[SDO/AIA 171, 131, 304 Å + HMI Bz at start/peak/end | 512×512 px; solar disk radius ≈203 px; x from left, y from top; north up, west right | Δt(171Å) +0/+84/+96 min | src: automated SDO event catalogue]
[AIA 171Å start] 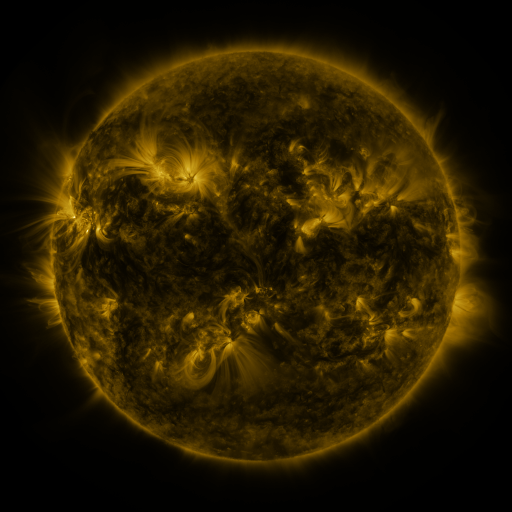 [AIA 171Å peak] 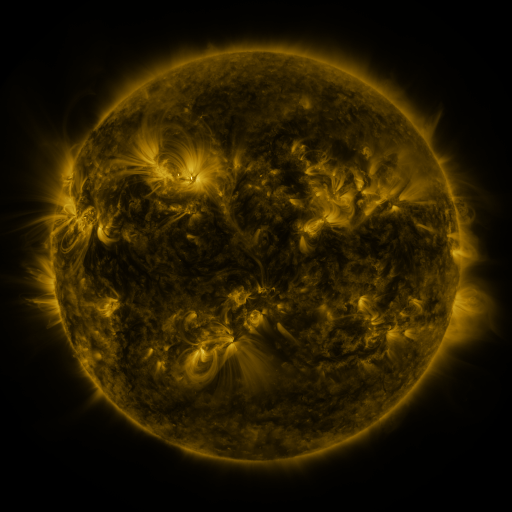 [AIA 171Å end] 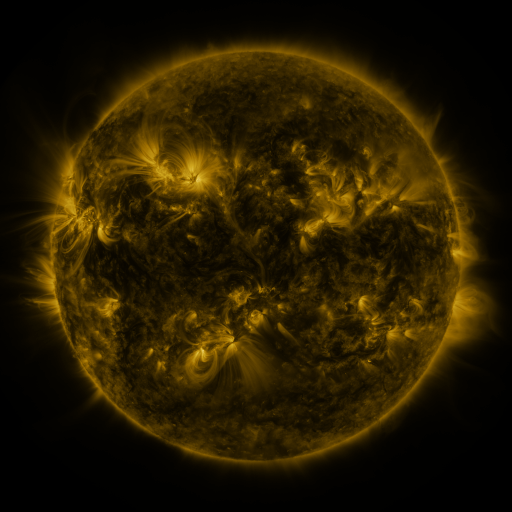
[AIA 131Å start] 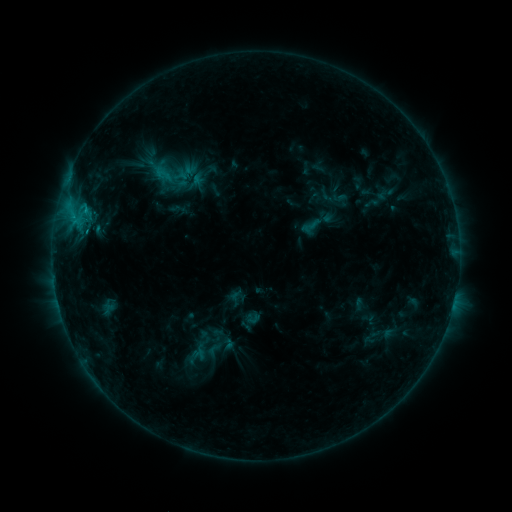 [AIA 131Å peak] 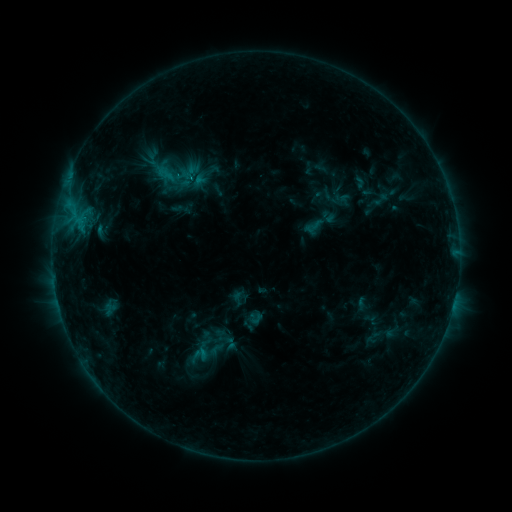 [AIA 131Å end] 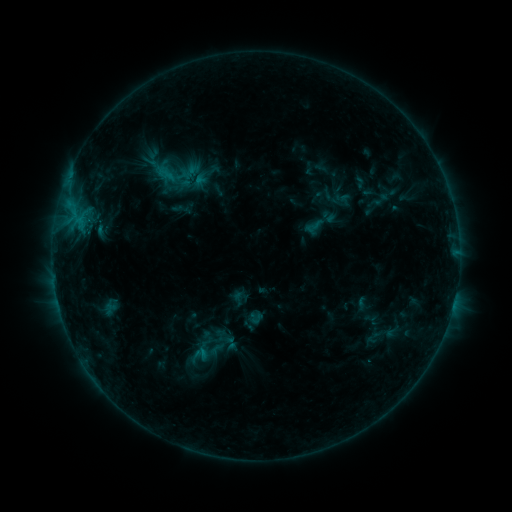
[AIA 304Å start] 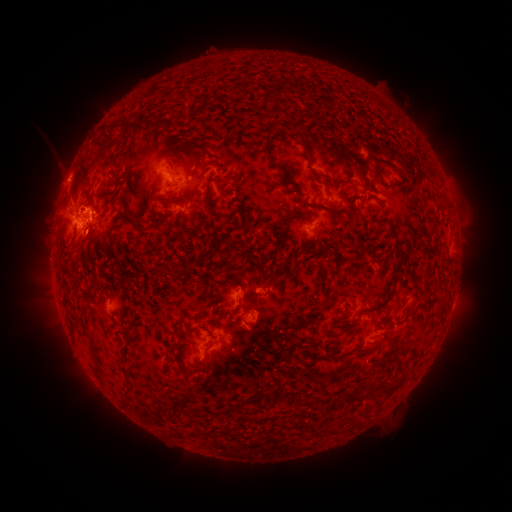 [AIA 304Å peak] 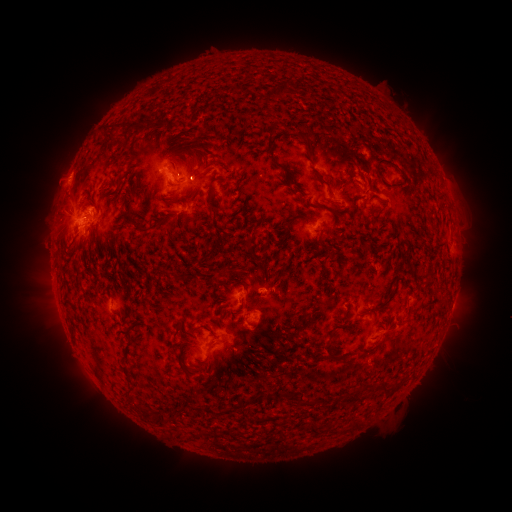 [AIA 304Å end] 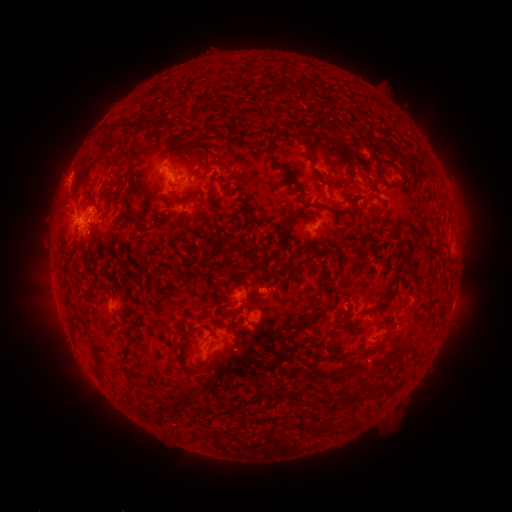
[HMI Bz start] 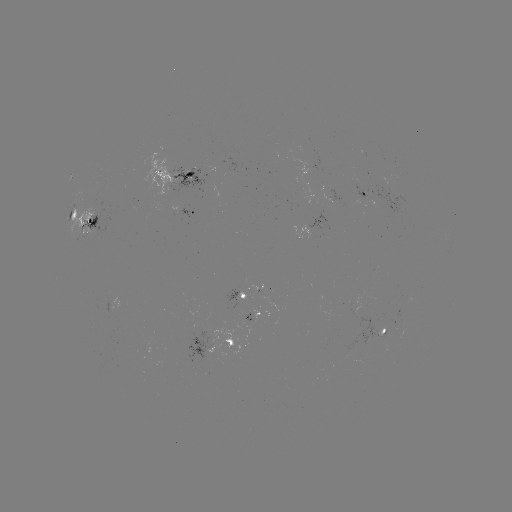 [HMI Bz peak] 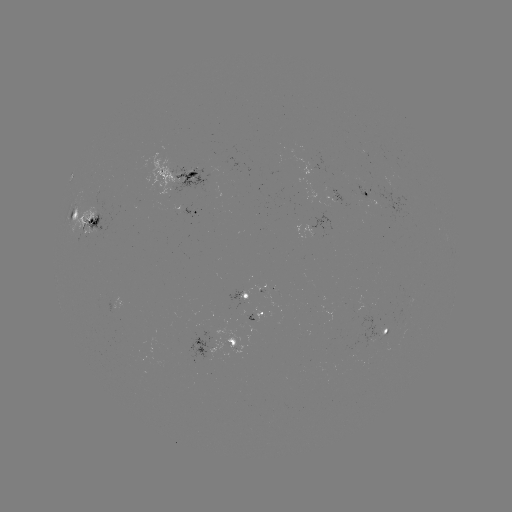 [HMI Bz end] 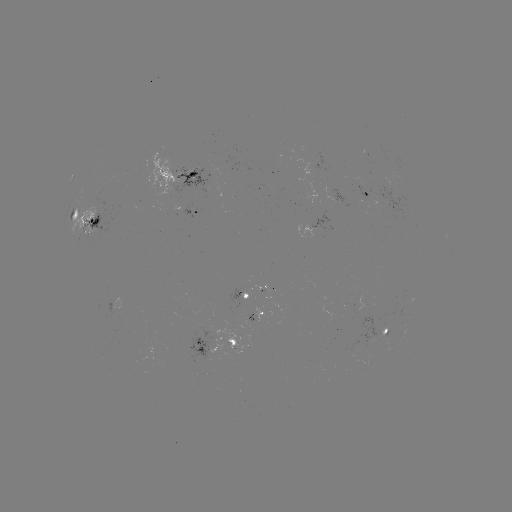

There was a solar emerging-flux region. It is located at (366, 194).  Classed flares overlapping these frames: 1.